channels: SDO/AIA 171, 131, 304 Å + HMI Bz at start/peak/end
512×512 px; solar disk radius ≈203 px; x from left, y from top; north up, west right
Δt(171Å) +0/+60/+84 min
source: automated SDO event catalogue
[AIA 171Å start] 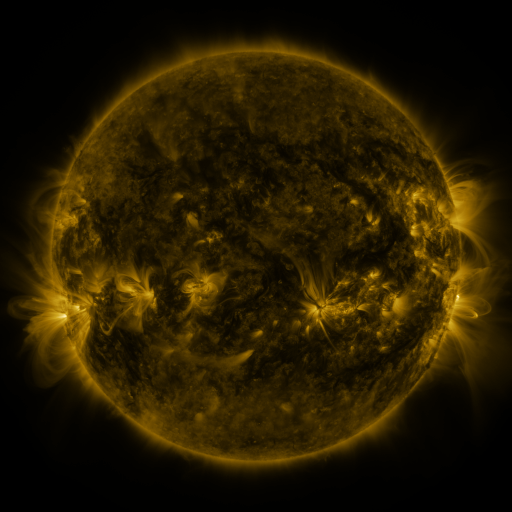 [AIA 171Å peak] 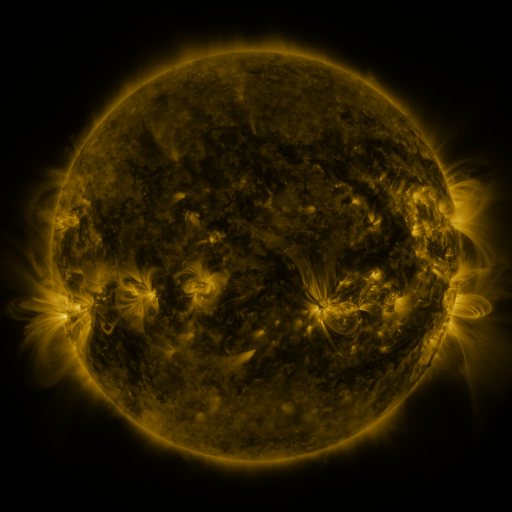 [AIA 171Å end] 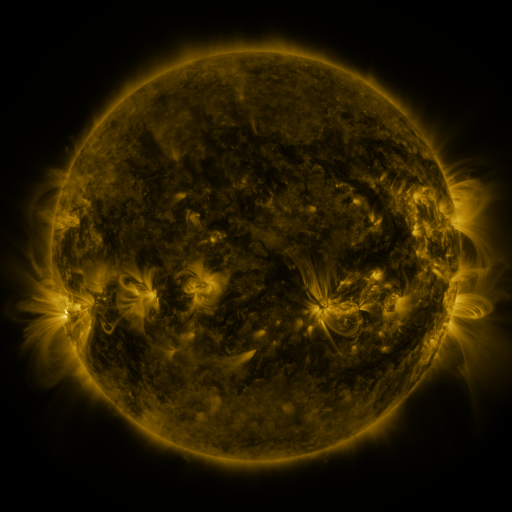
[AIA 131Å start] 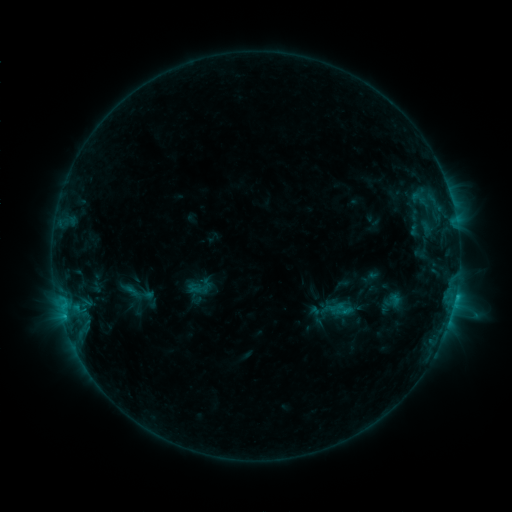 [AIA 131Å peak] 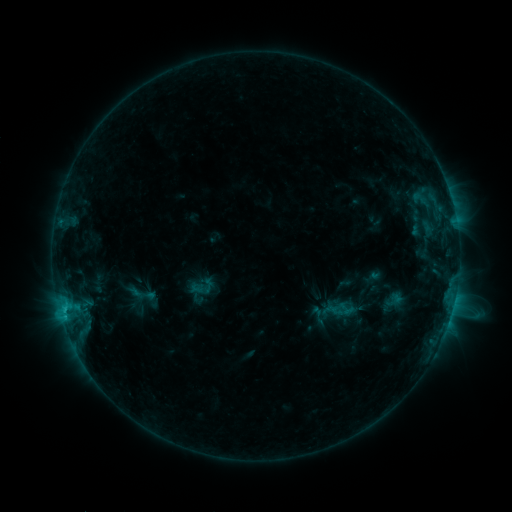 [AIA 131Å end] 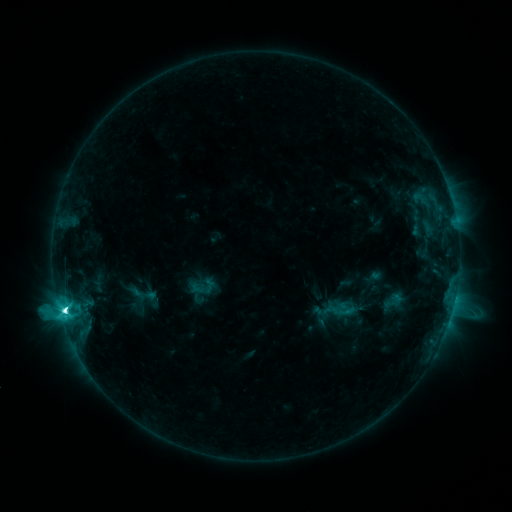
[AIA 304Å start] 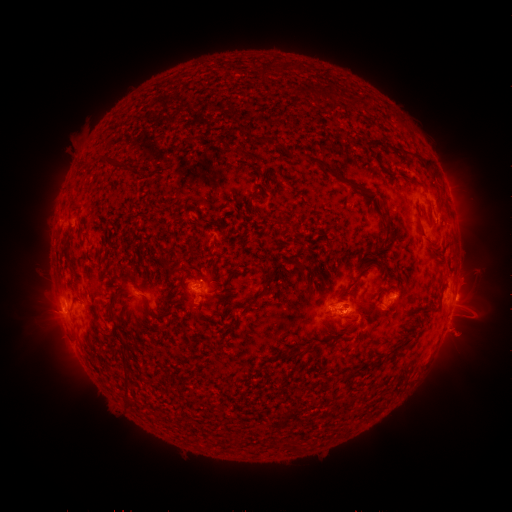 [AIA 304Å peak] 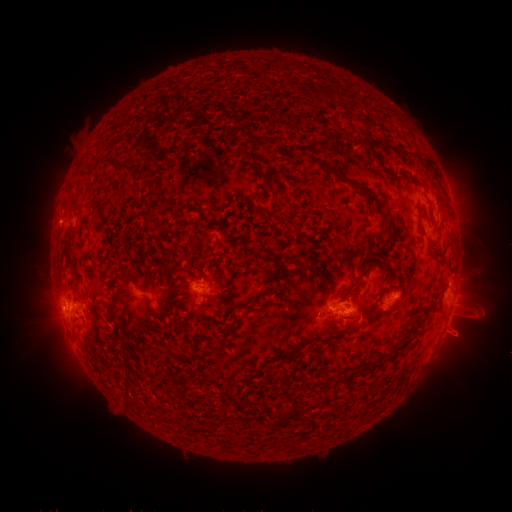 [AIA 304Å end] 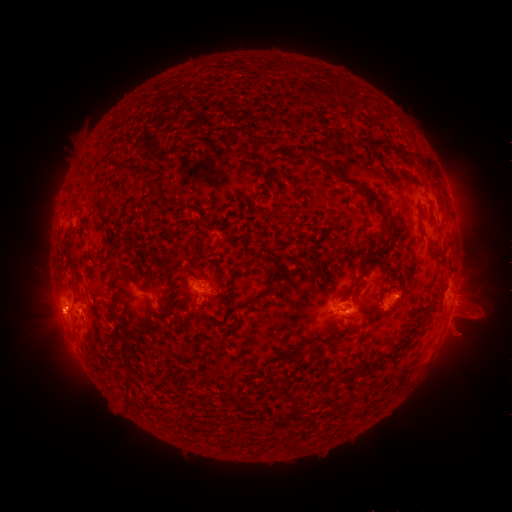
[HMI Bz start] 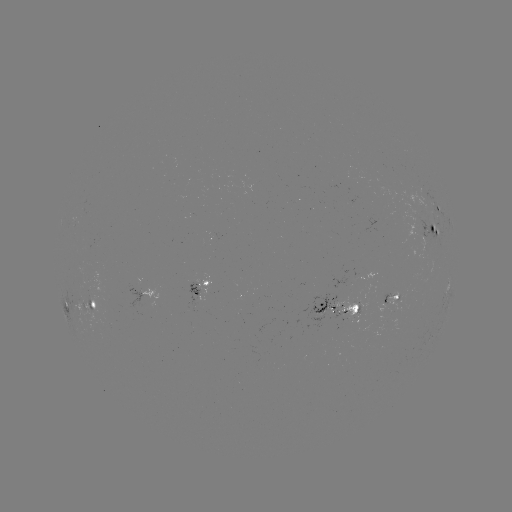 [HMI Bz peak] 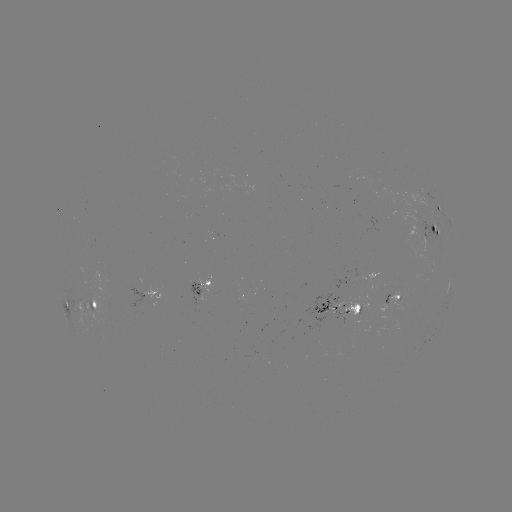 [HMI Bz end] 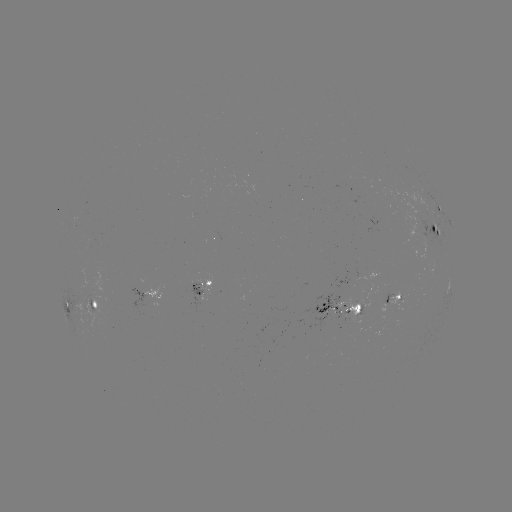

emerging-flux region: <bbox>332, 296, 339, 308</bbox>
